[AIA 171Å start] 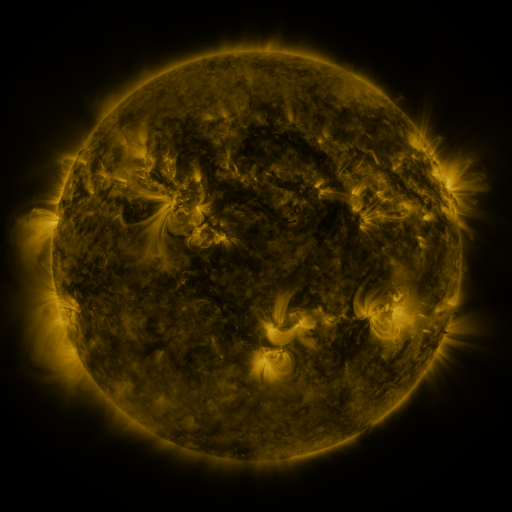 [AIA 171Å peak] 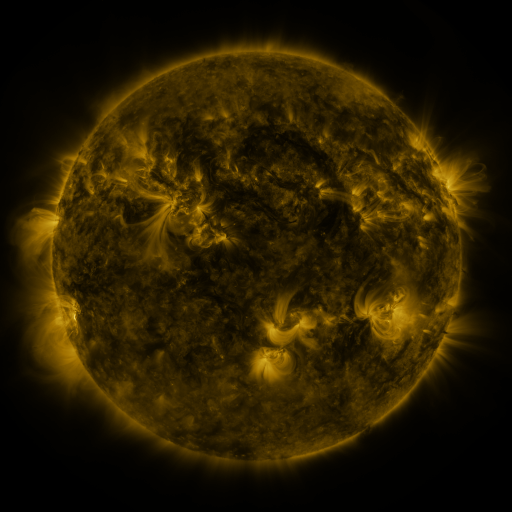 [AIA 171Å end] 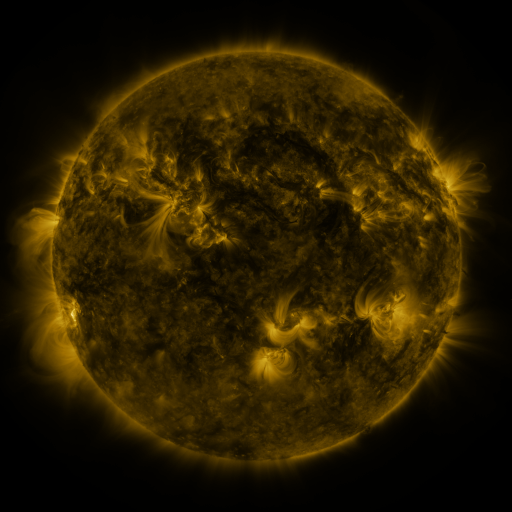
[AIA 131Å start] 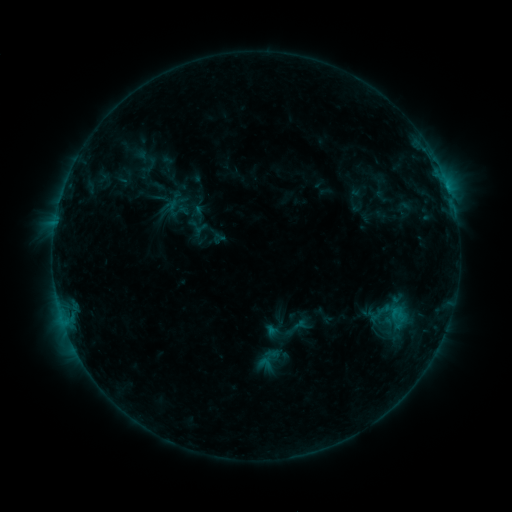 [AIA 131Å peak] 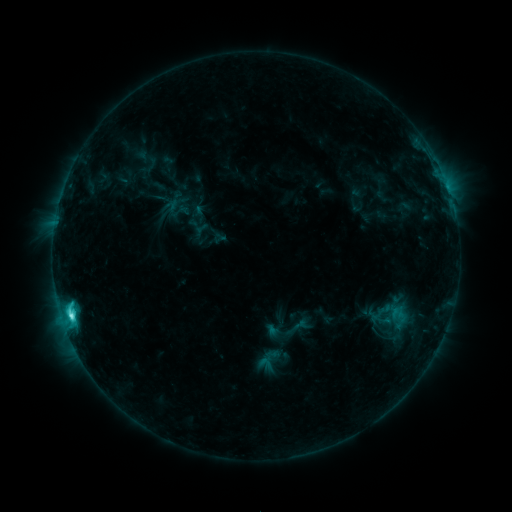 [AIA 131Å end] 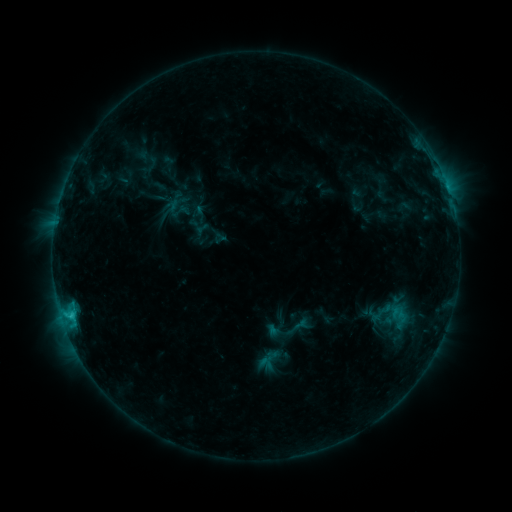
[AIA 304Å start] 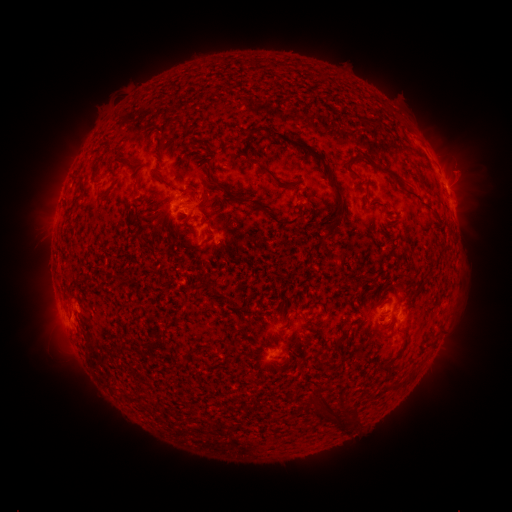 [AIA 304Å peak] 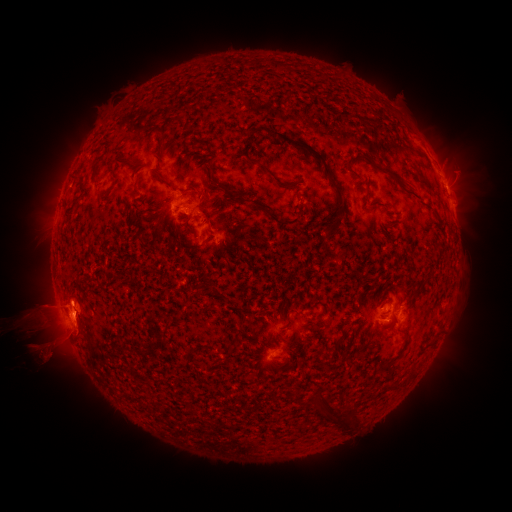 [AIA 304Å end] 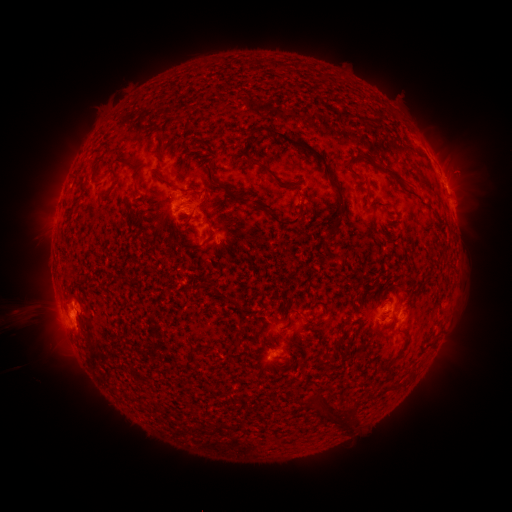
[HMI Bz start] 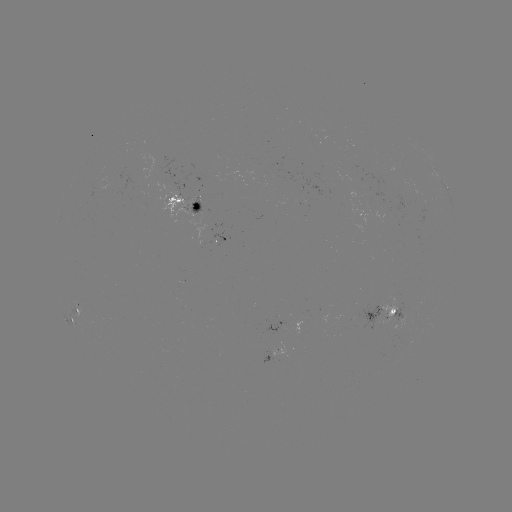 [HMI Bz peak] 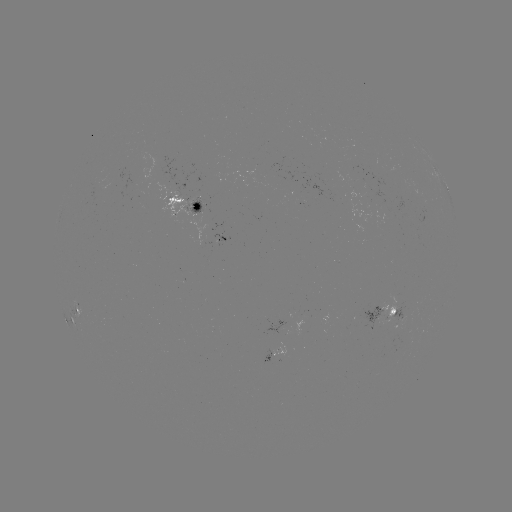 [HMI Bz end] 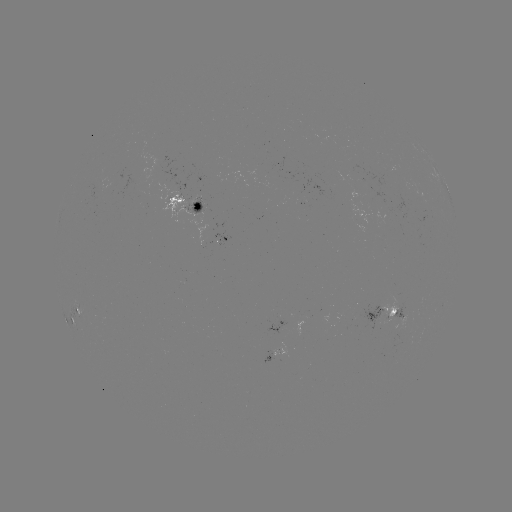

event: eruption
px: (49, 325)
